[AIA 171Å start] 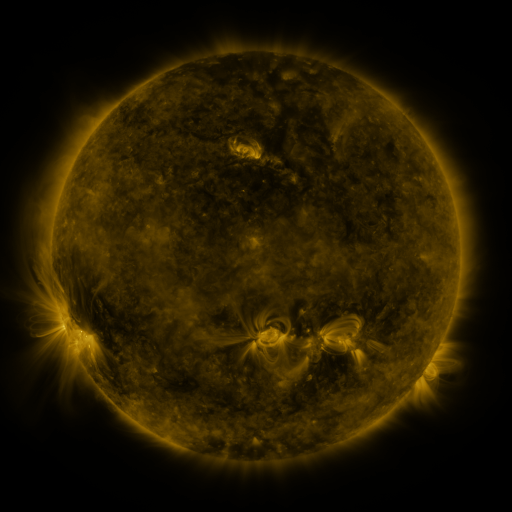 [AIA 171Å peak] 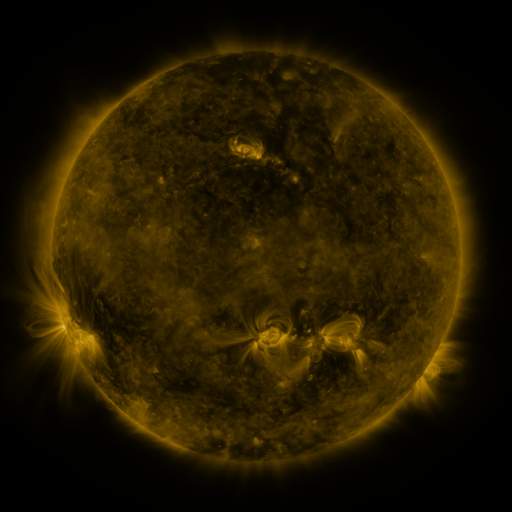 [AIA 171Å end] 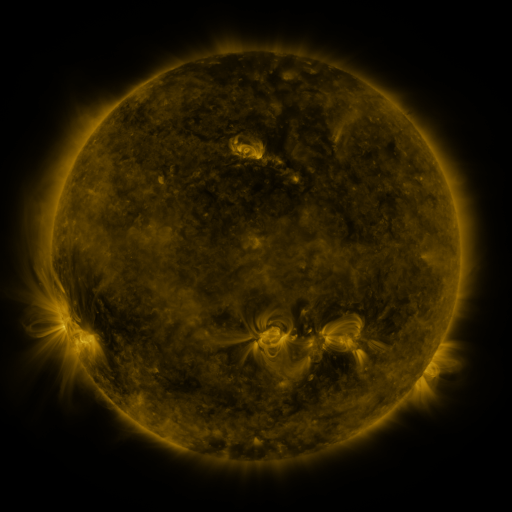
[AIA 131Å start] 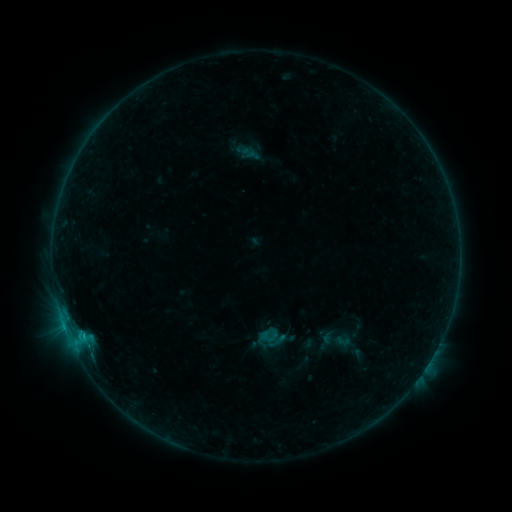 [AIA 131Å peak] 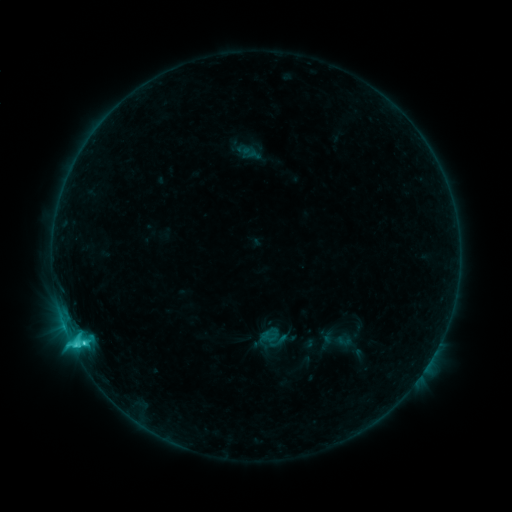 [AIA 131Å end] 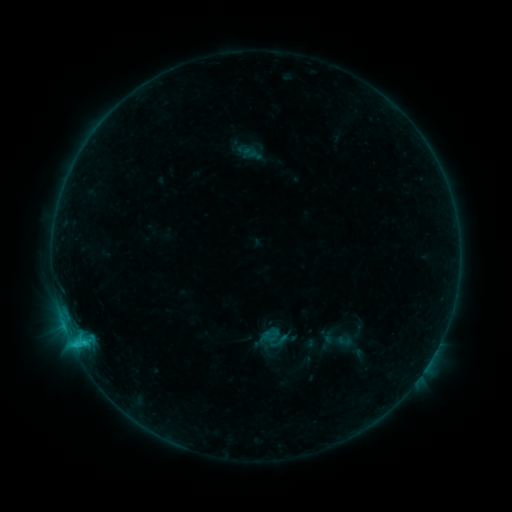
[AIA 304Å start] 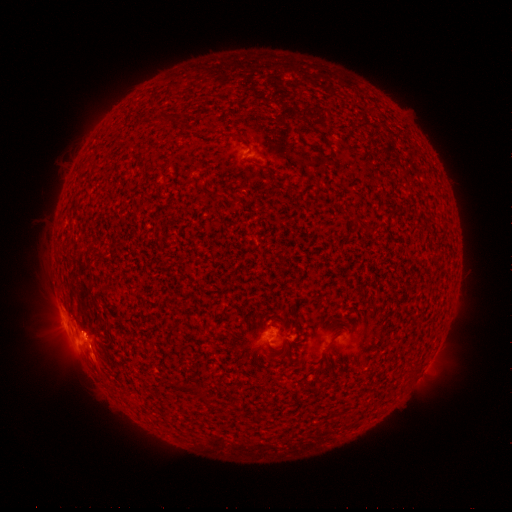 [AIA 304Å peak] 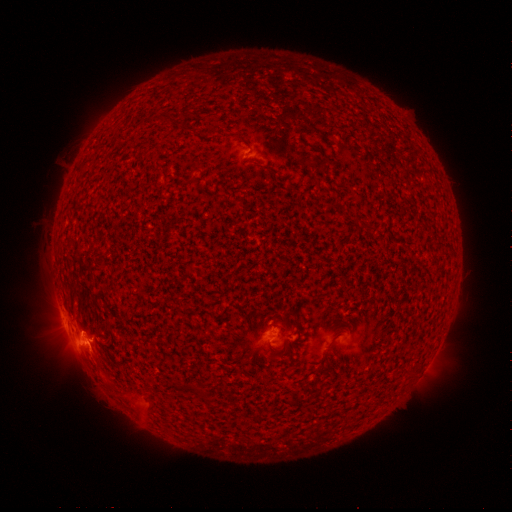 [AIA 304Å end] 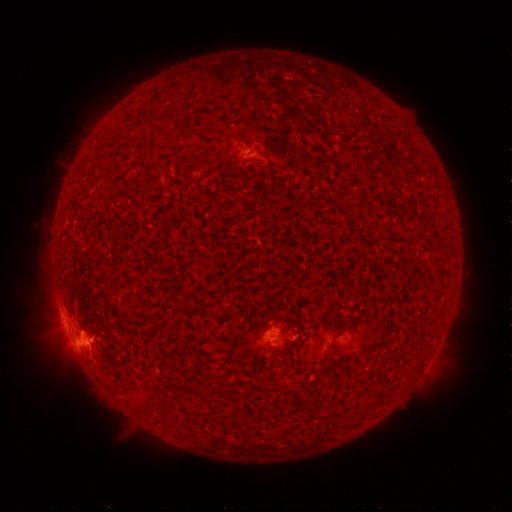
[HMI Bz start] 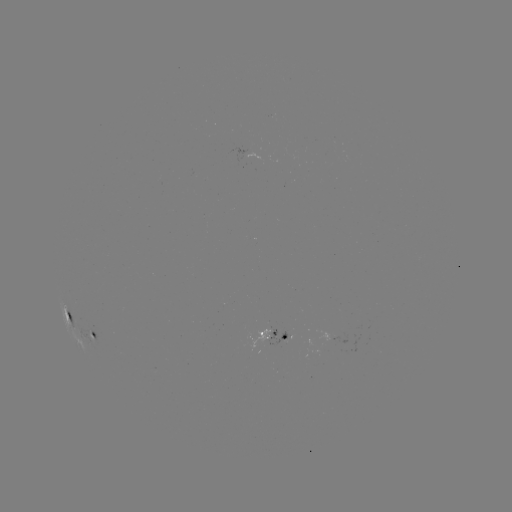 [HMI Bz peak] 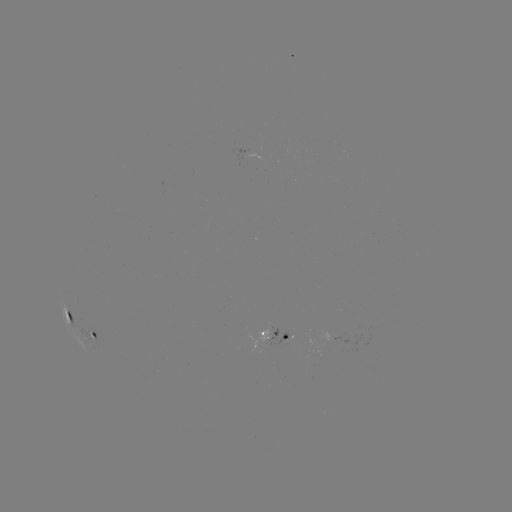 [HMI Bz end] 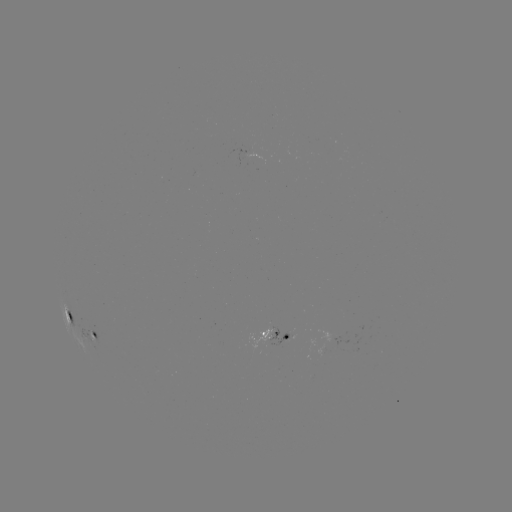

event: flare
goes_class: C4.3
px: (83, 340)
